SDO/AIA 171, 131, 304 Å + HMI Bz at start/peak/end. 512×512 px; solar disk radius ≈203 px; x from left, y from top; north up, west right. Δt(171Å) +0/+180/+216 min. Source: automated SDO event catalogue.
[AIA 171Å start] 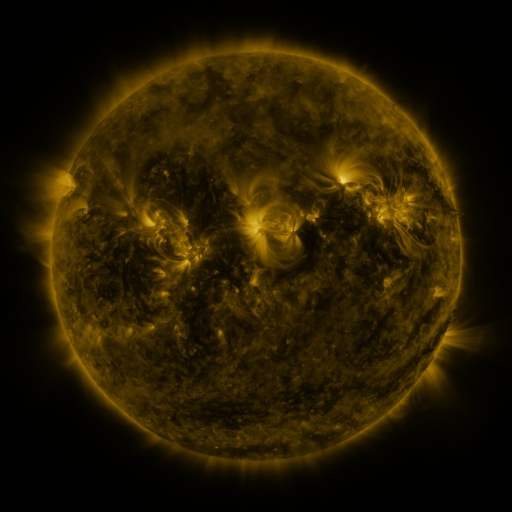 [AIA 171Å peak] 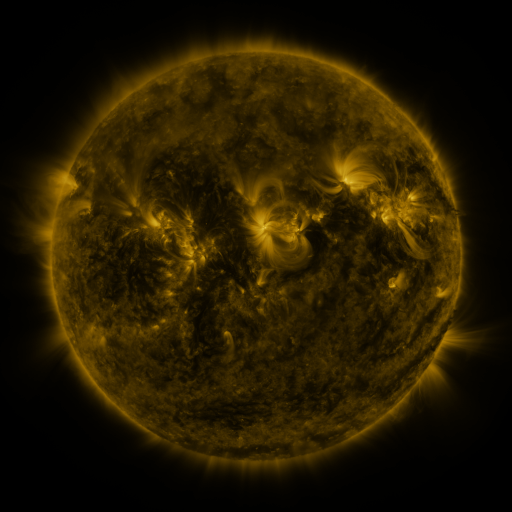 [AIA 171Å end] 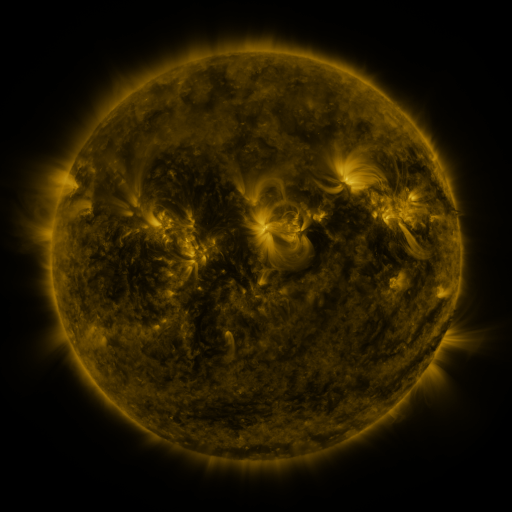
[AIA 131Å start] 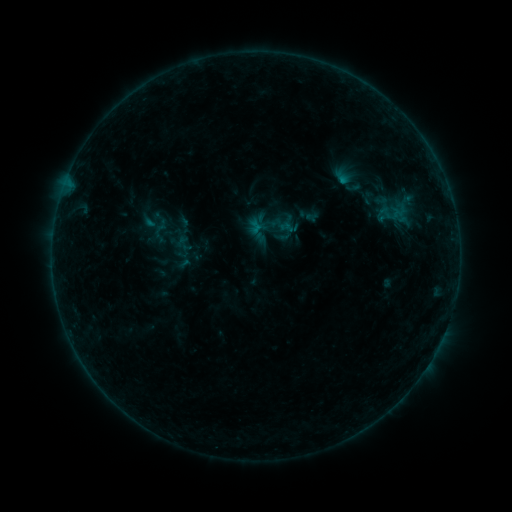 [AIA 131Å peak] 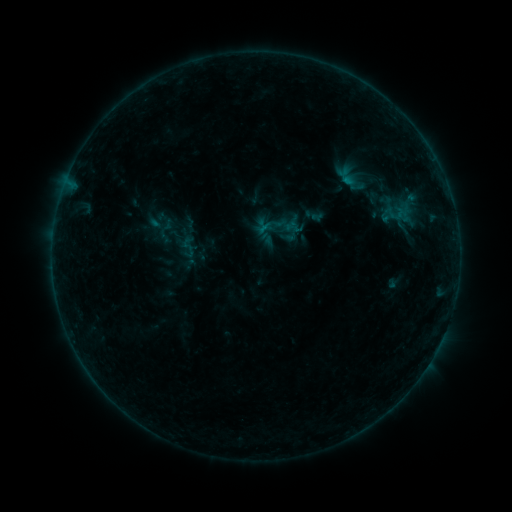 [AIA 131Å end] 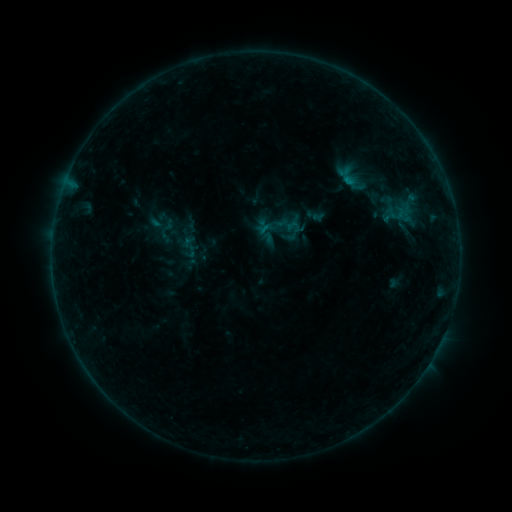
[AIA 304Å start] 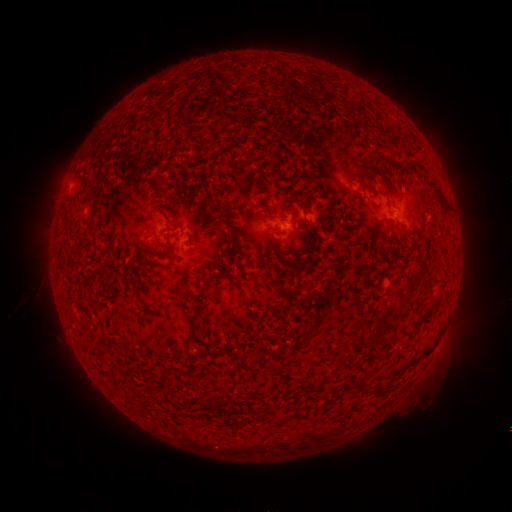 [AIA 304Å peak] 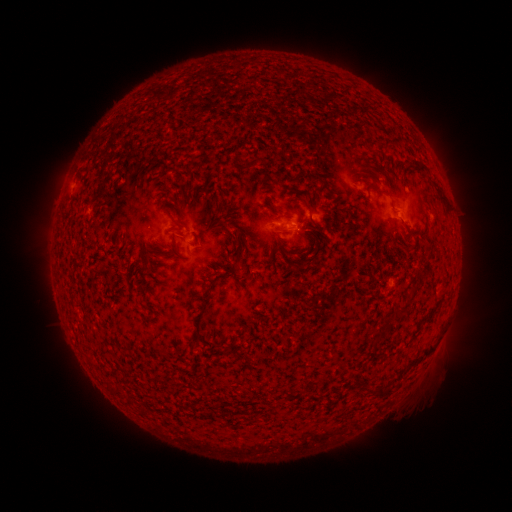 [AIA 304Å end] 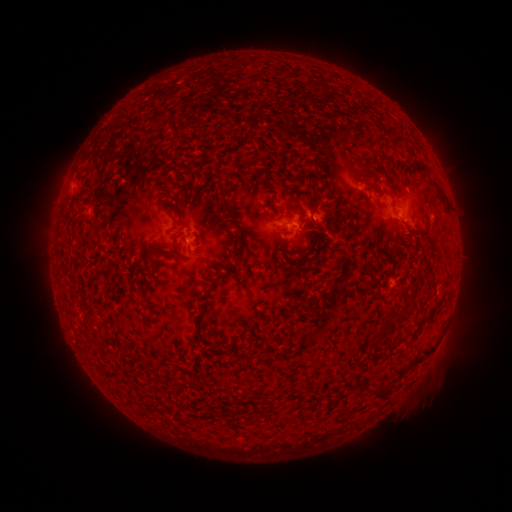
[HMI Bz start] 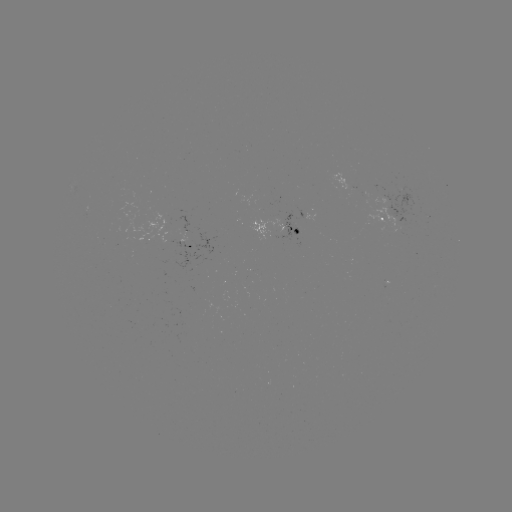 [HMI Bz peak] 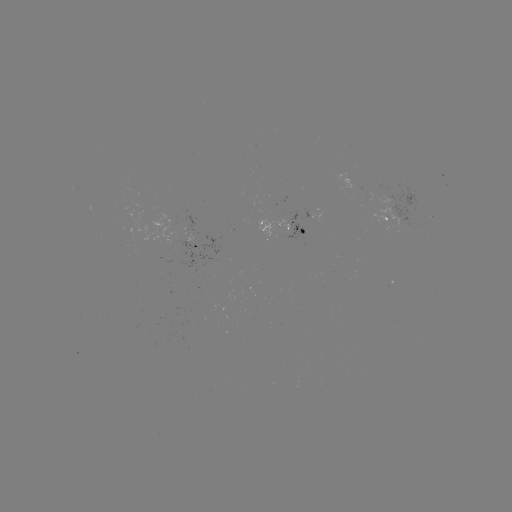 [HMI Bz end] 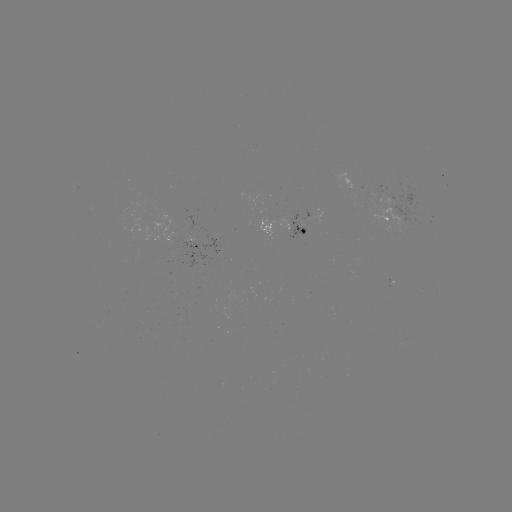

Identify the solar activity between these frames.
emerging-flux region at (274, 221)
